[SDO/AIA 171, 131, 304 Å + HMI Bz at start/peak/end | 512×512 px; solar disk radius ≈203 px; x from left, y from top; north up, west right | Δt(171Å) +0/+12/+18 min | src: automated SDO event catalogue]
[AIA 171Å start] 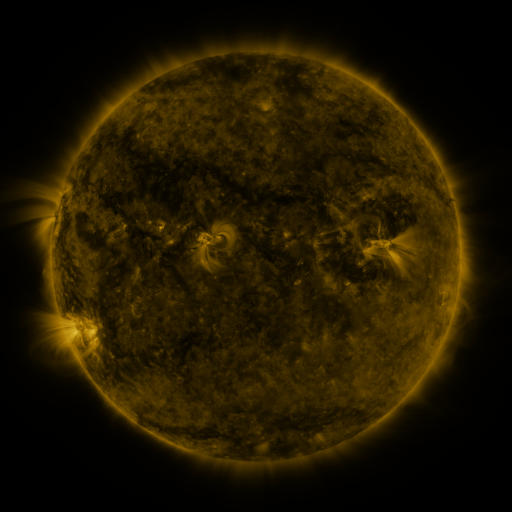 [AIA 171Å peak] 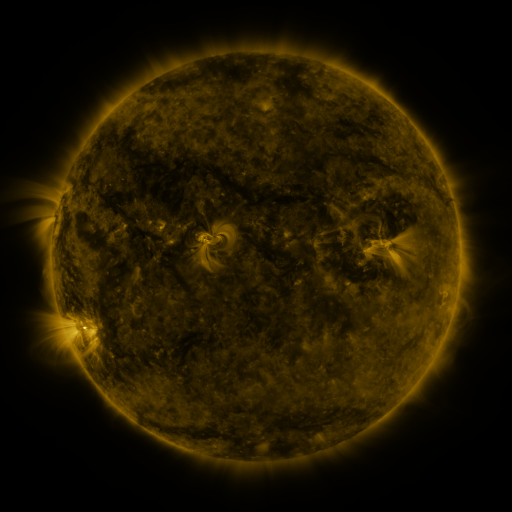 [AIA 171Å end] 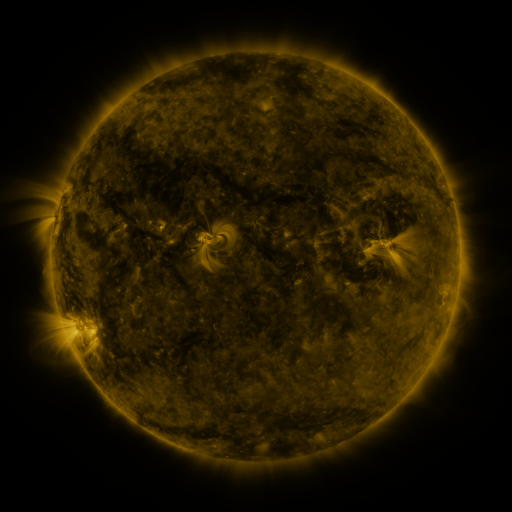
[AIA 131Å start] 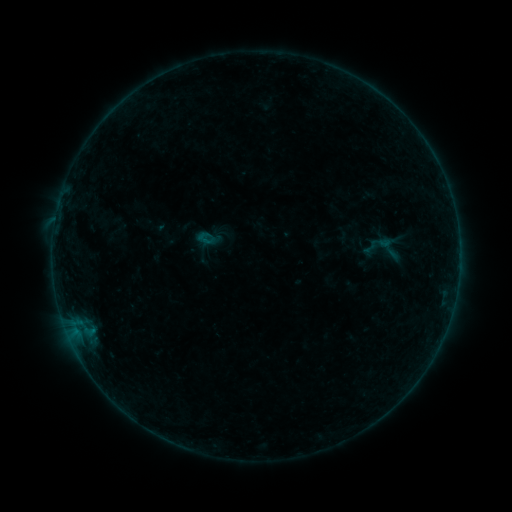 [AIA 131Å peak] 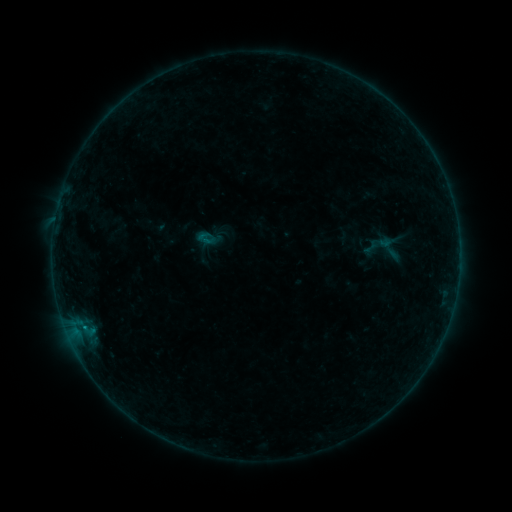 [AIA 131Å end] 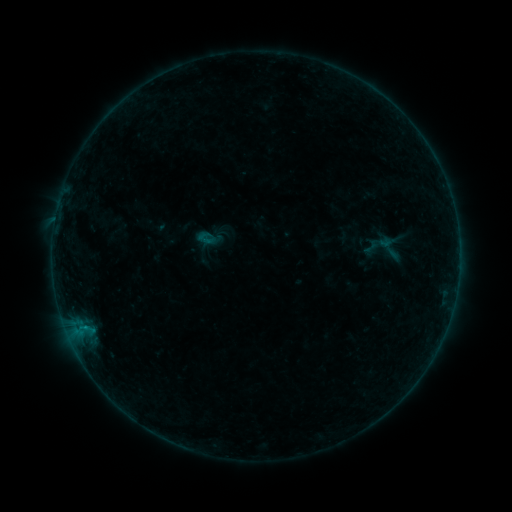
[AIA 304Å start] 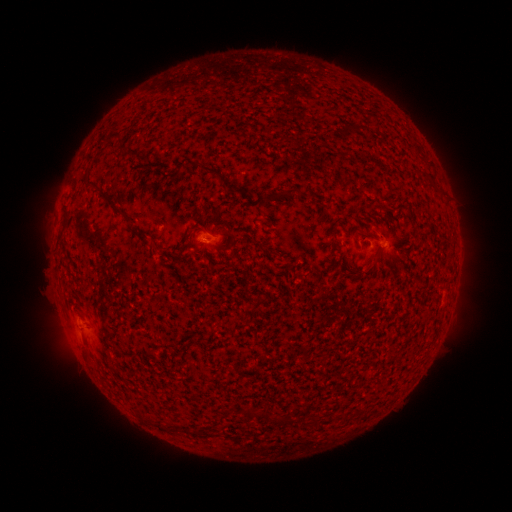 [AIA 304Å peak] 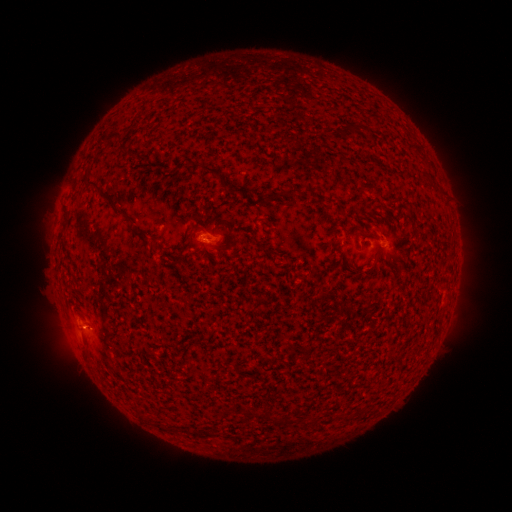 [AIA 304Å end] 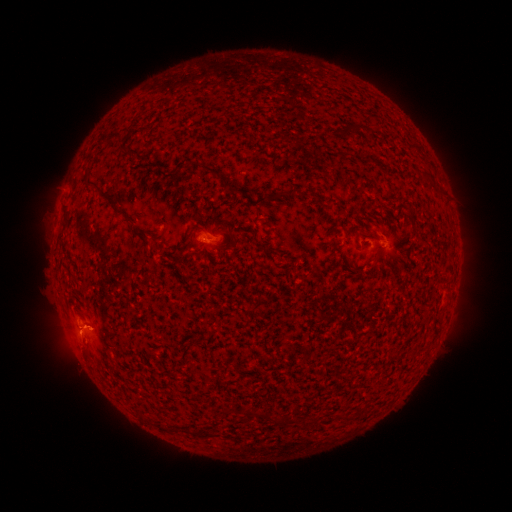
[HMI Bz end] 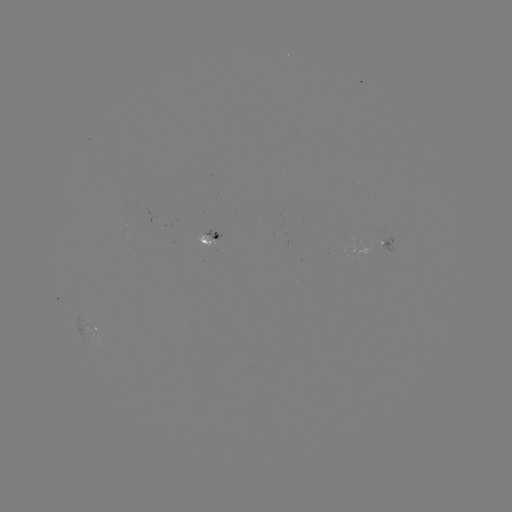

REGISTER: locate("B2.8 flare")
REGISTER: [85, 326]